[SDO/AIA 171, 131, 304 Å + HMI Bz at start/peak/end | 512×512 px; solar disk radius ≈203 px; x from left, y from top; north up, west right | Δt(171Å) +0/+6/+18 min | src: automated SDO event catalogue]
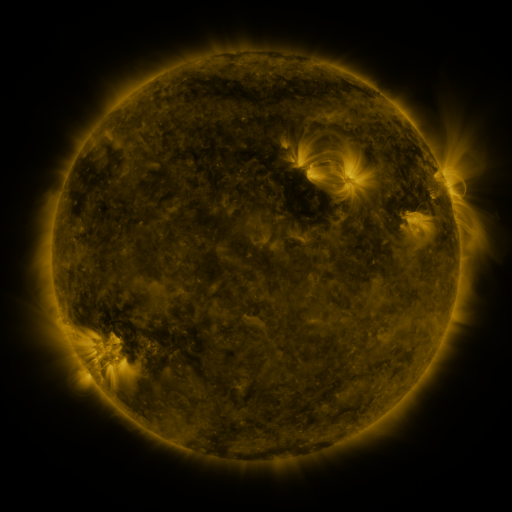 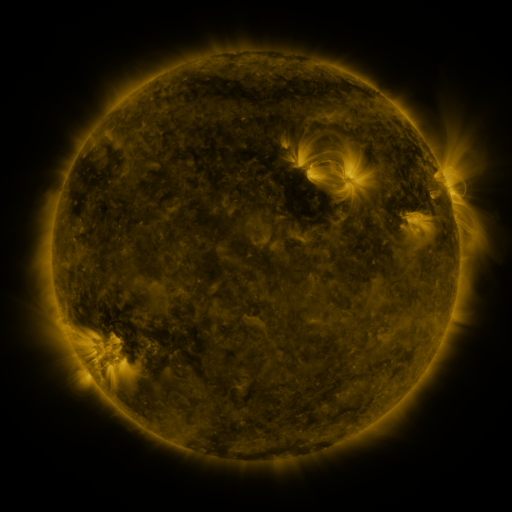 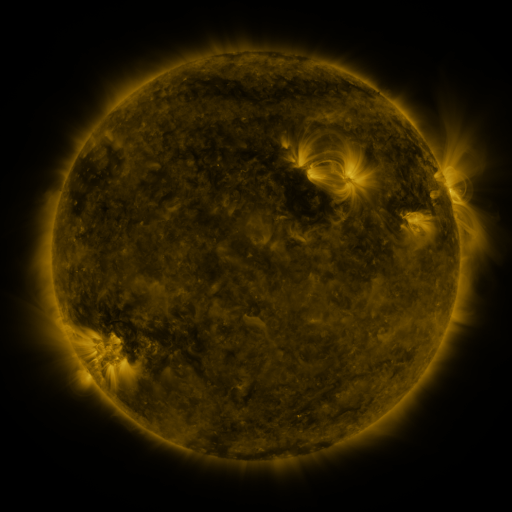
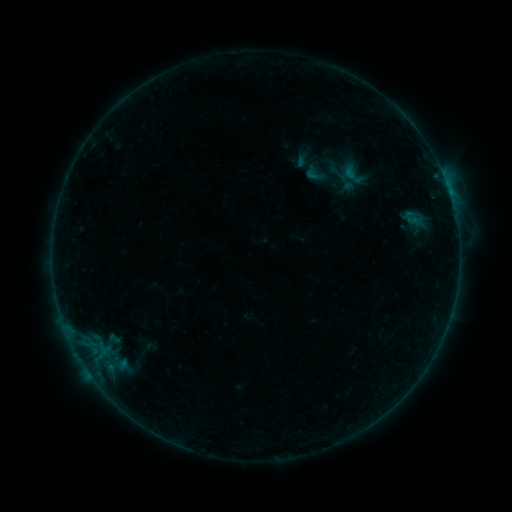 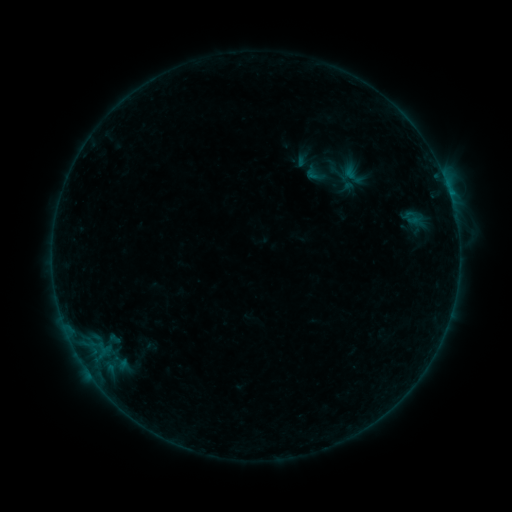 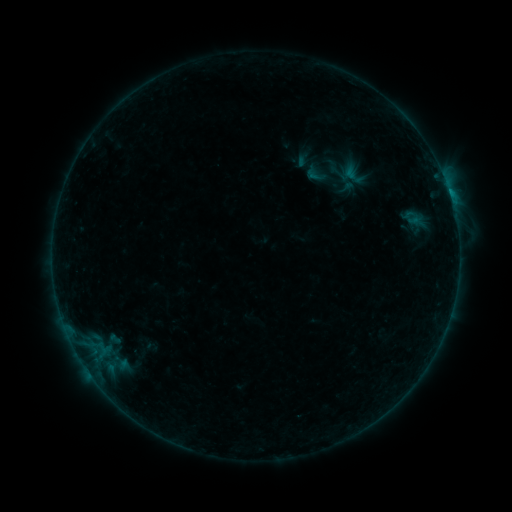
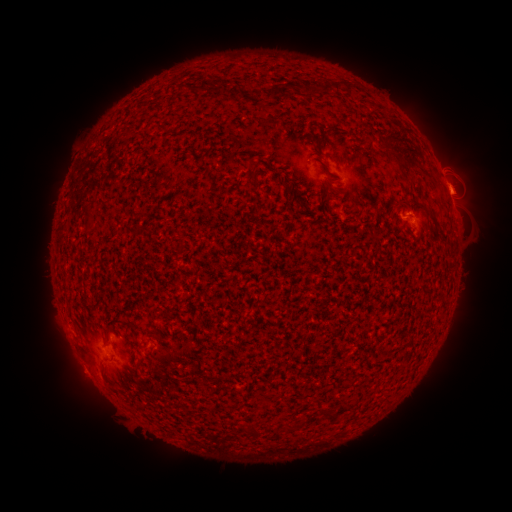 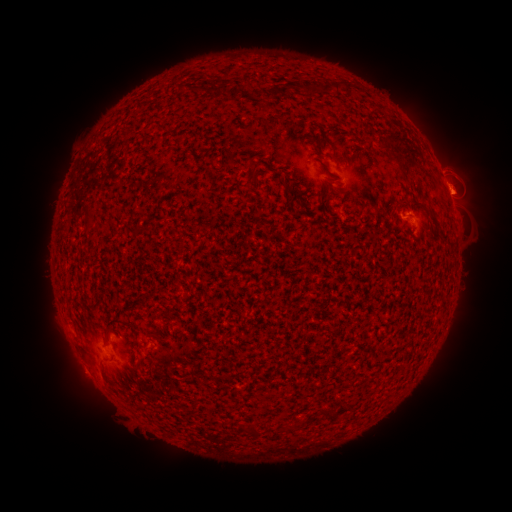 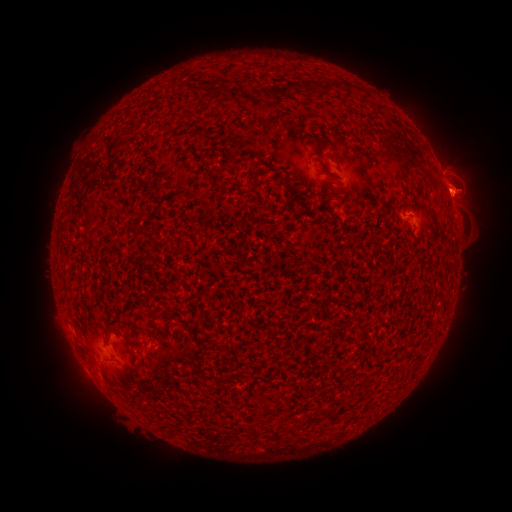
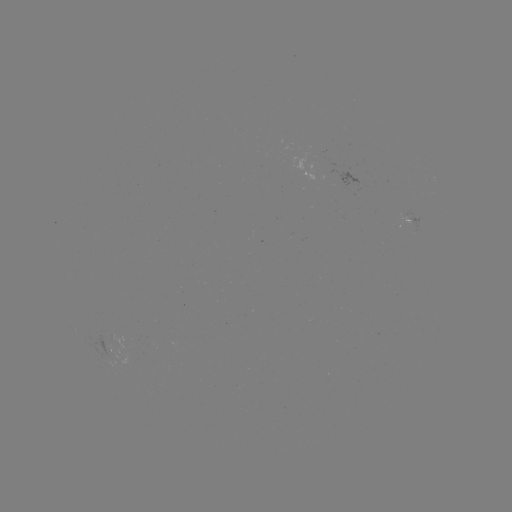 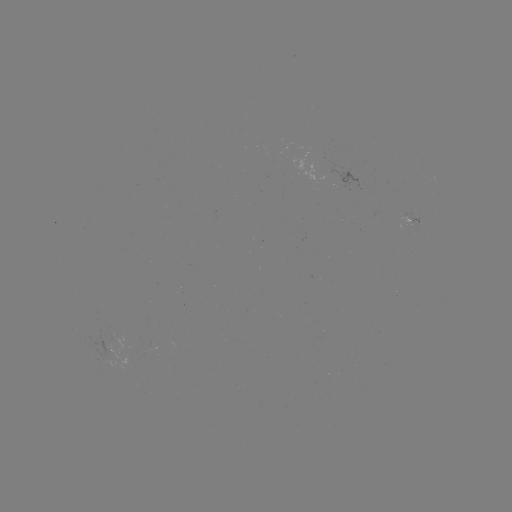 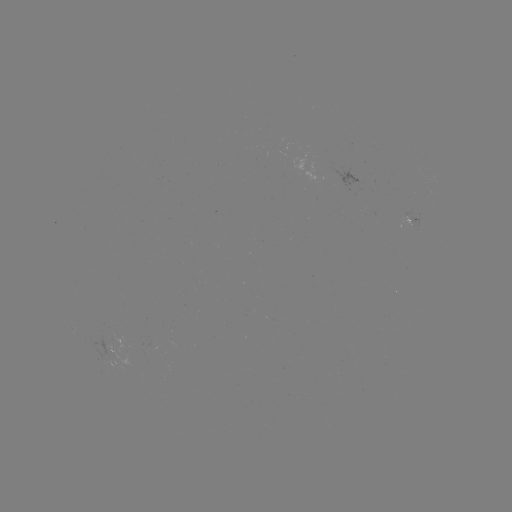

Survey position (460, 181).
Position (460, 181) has eruption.